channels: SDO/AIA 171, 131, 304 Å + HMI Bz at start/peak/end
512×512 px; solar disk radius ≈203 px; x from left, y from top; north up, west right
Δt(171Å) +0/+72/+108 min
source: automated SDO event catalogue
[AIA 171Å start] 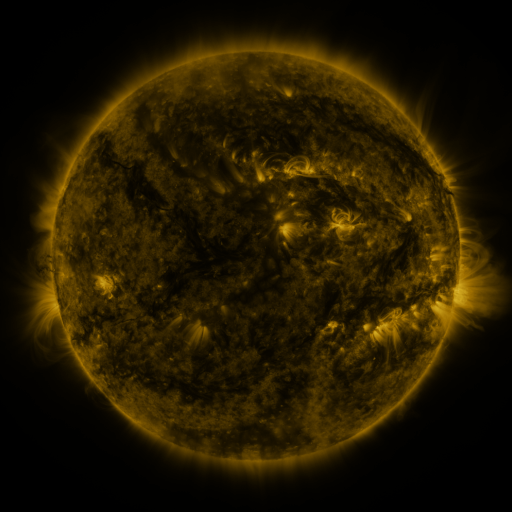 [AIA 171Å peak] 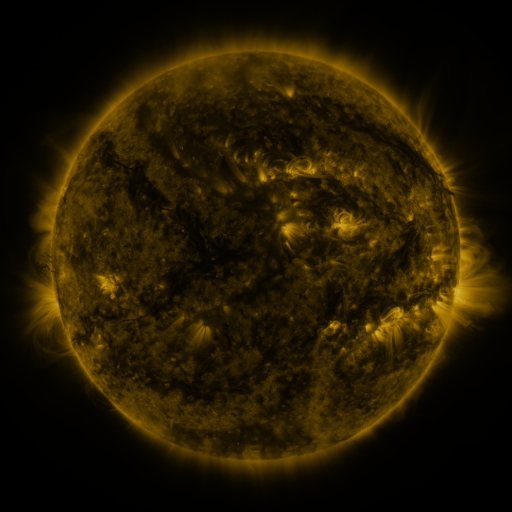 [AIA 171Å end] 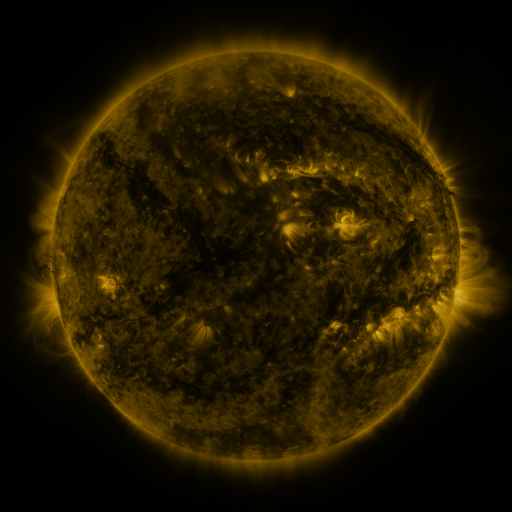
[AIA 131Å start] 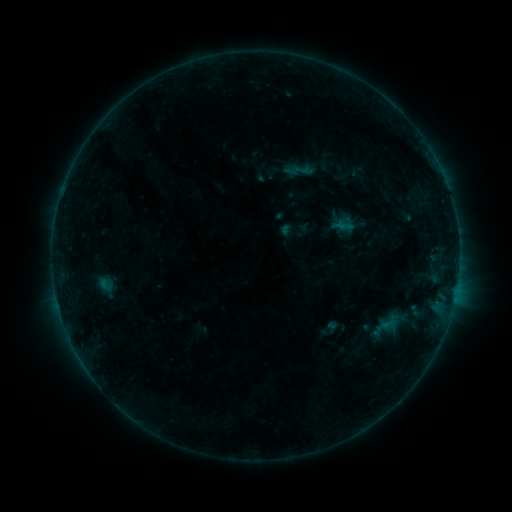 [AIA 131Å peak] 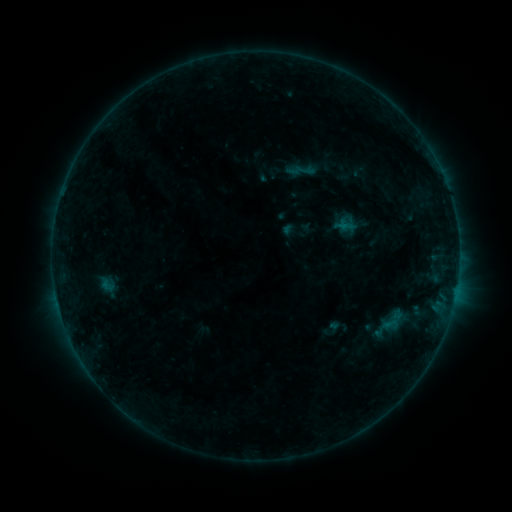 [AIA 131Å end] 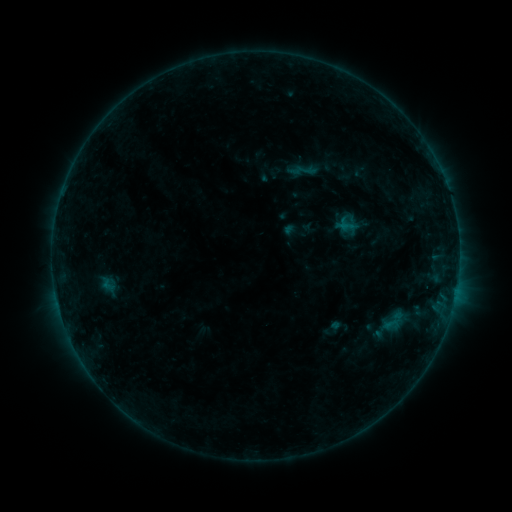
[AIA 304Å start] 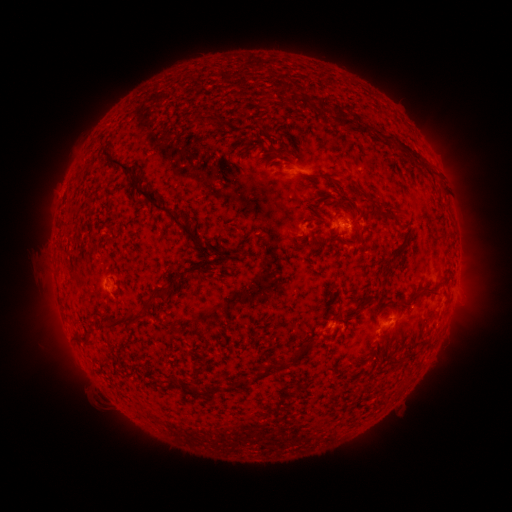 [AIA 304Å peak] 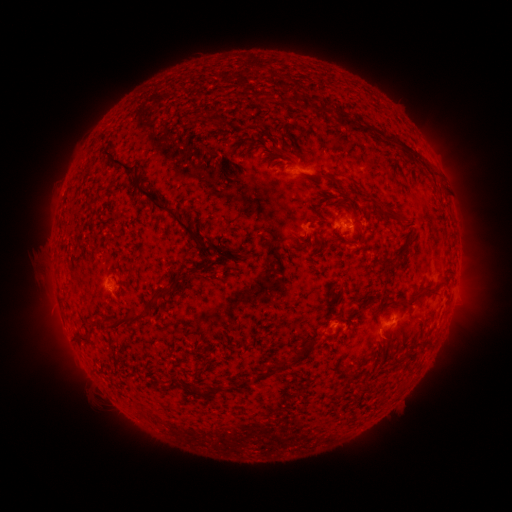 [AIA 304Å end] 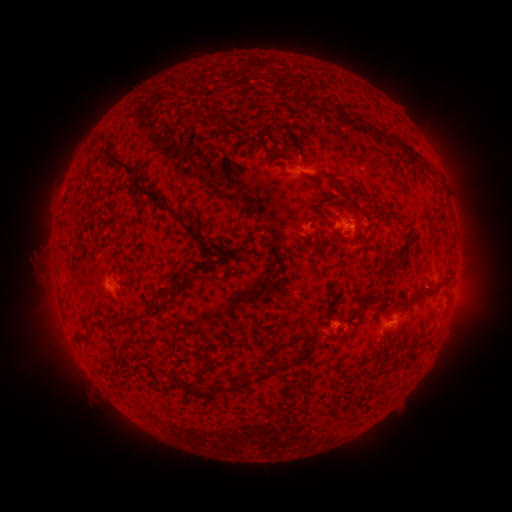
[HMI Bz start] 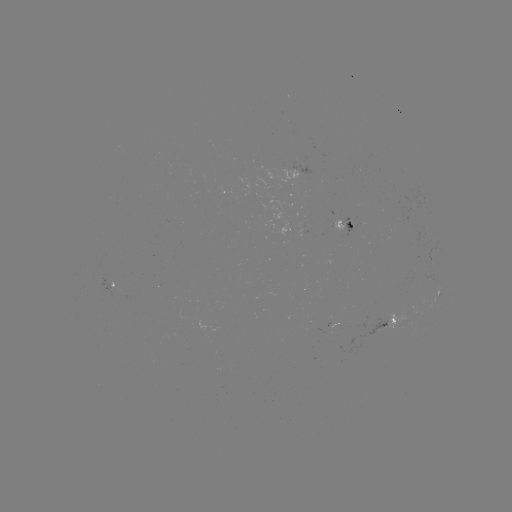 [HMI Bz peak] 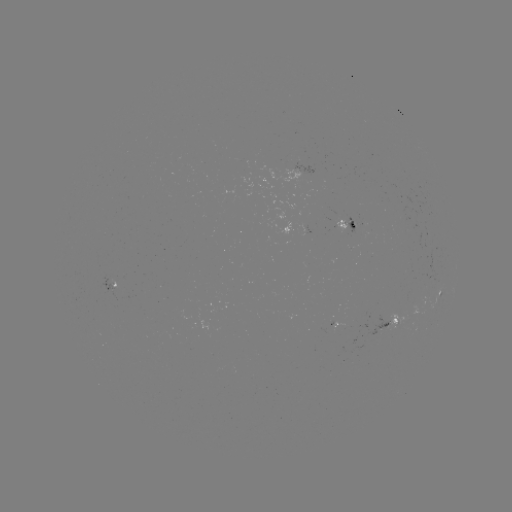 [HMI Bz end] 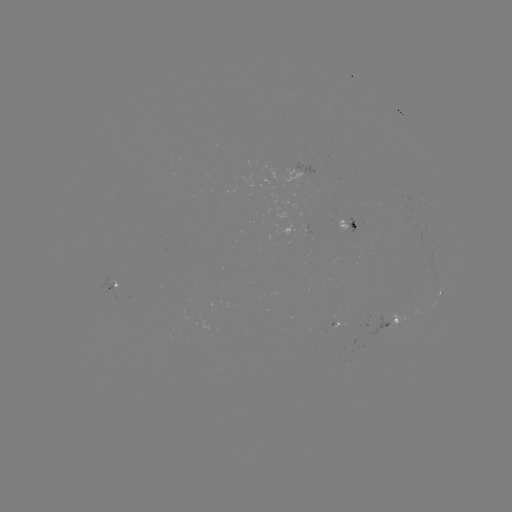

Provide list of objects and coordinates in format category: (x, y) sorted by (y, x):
emerging-flux region: (354, 225)
